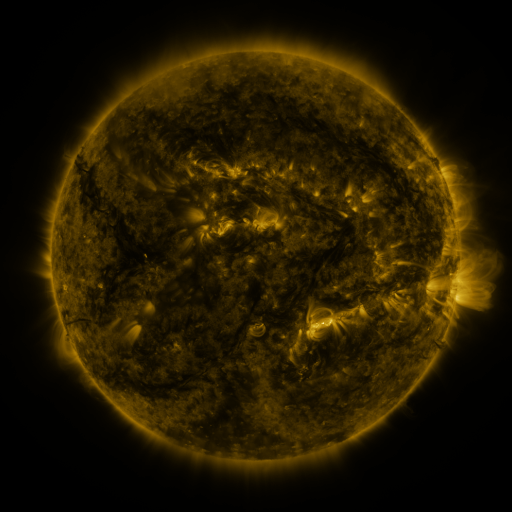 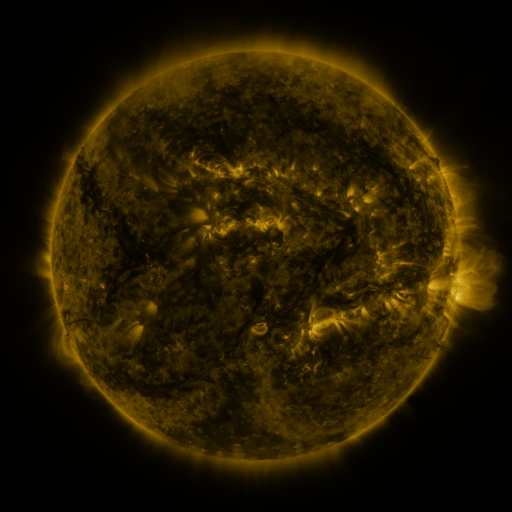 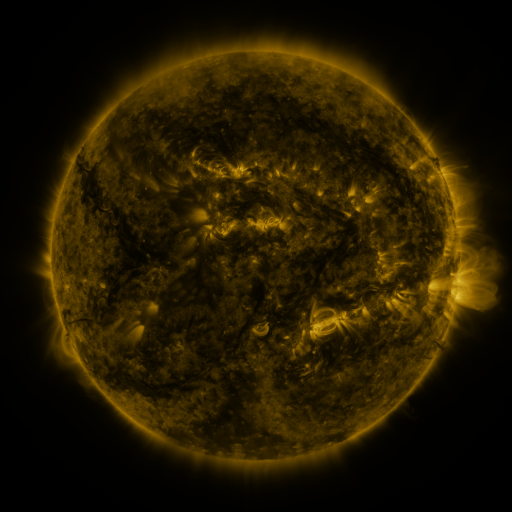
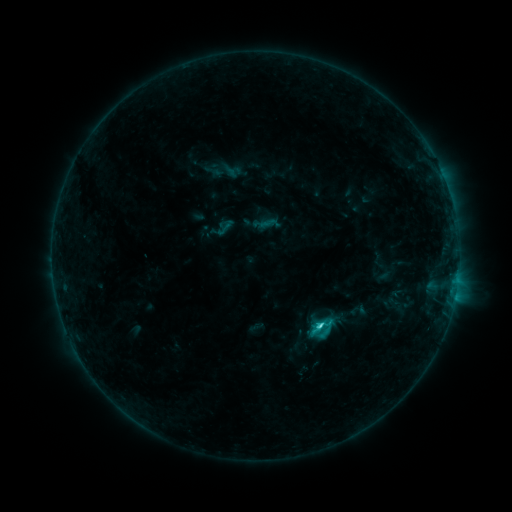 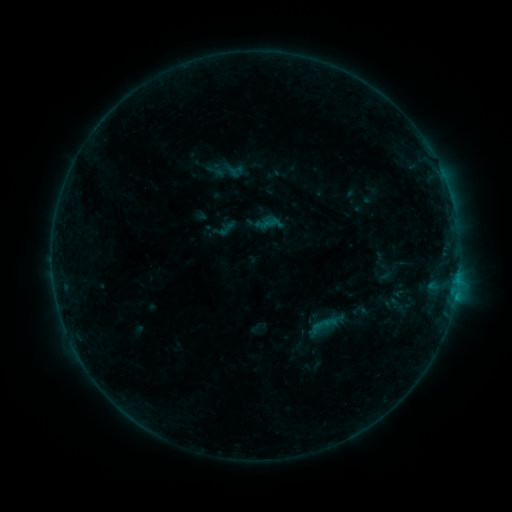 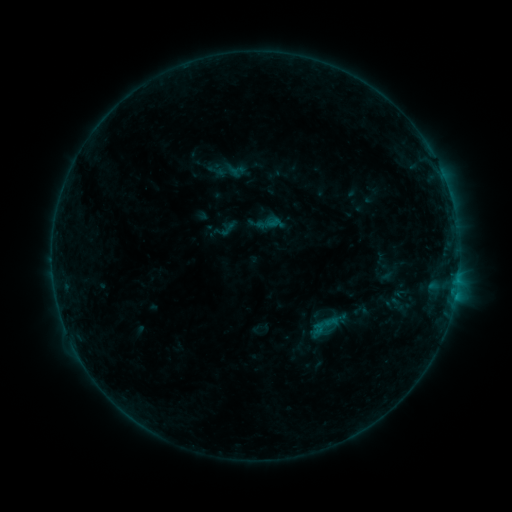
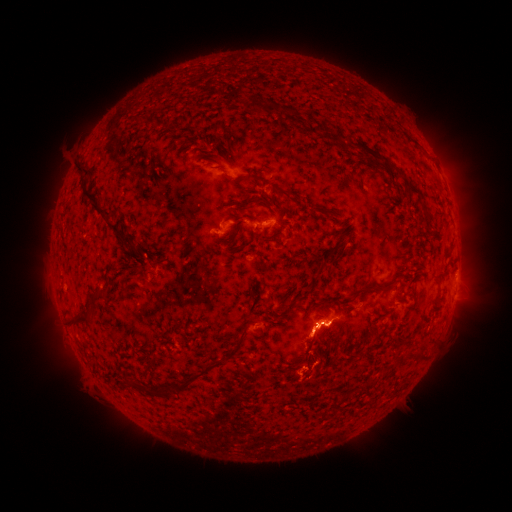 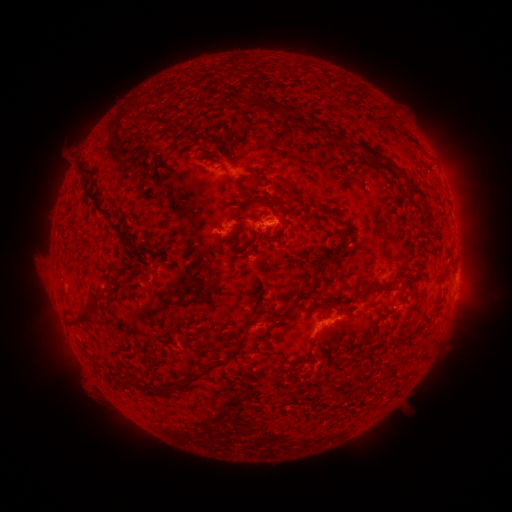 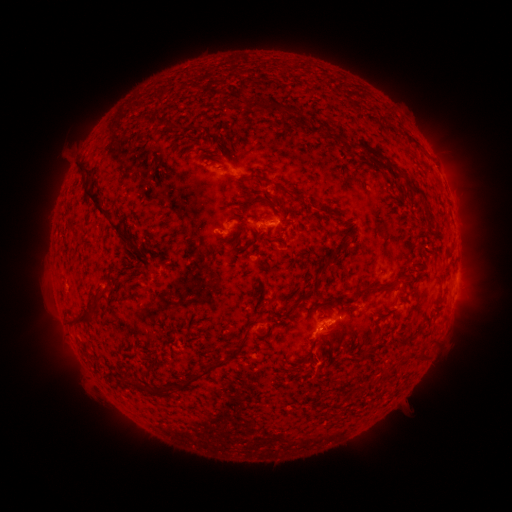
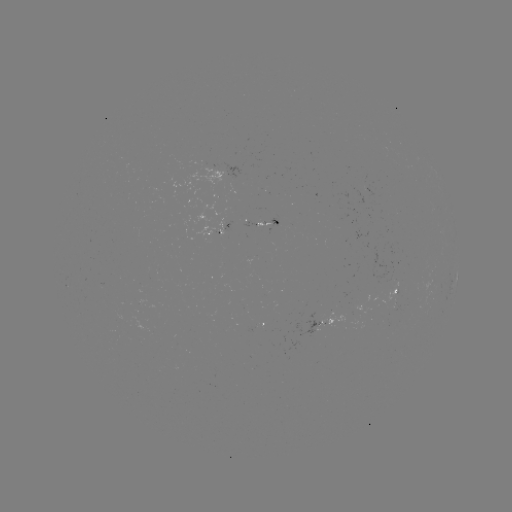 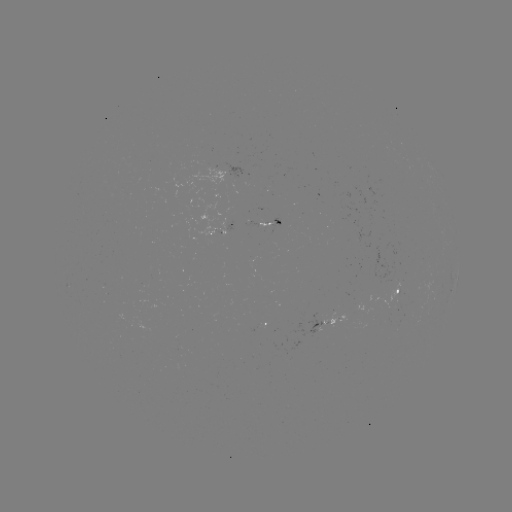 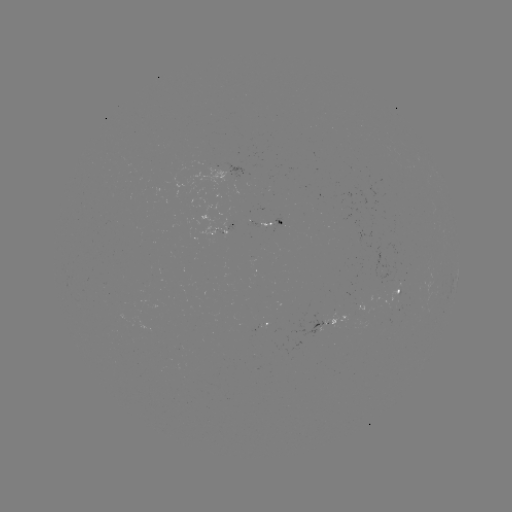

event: emerging-flux region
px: (315, 328)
